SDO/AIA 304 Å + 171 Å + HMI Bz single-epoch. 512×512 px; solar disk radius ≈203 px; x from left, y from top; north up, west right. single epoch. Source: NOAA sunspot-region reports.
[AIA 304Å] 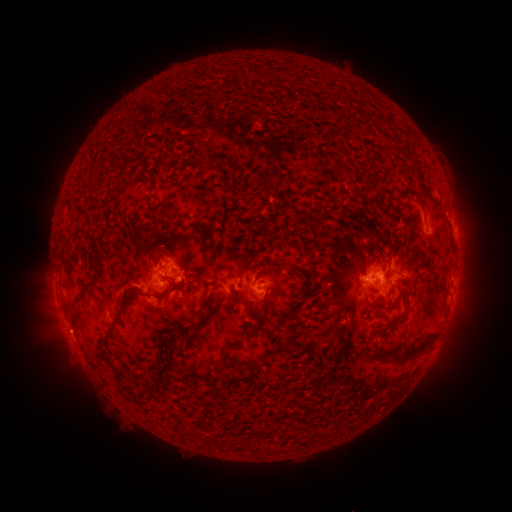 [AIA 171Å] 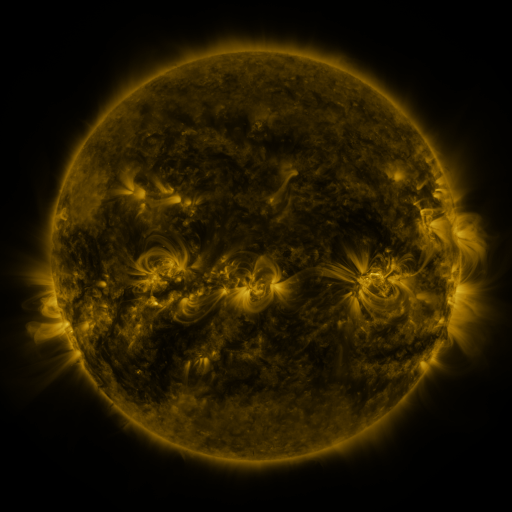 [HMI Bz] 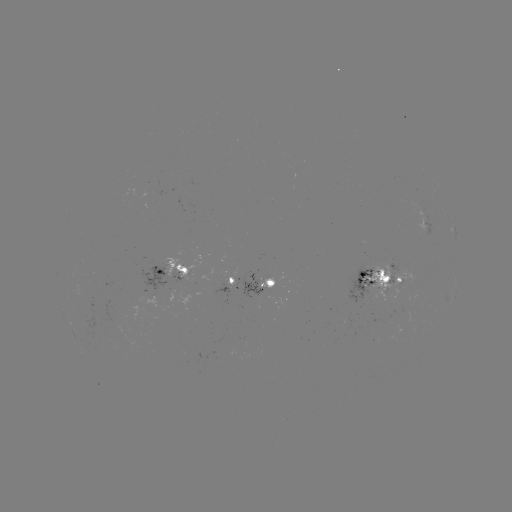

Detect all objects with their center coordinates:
spotted active region: (425, 221)
spotted active region: (454, 230)
spotted active region: (167, 269)
spotted active region: (376, 279)
spotted active region: (235, 281)
spotted active region: (266, 285)
spotted active region: (454, 295)
